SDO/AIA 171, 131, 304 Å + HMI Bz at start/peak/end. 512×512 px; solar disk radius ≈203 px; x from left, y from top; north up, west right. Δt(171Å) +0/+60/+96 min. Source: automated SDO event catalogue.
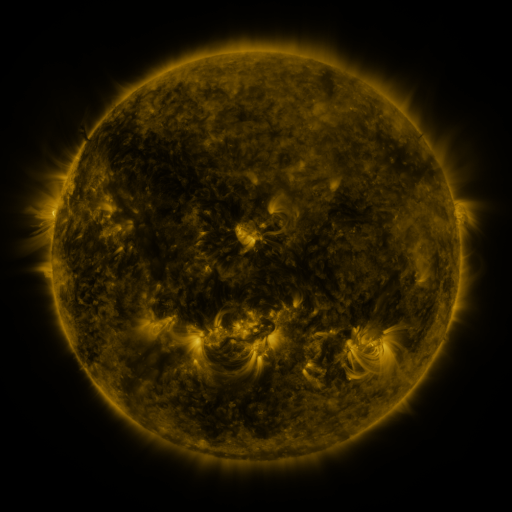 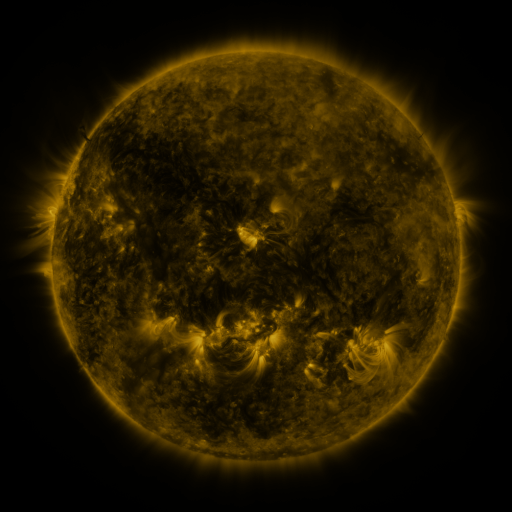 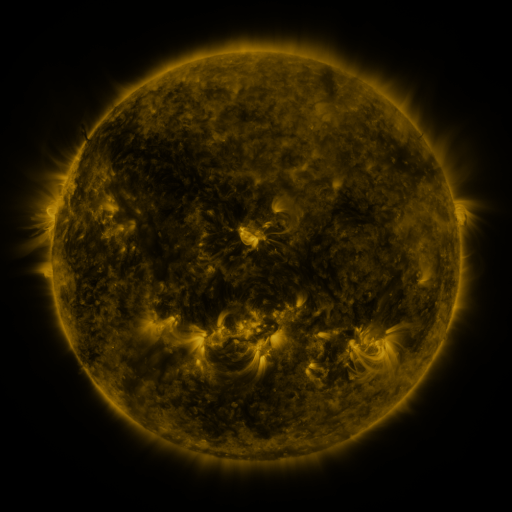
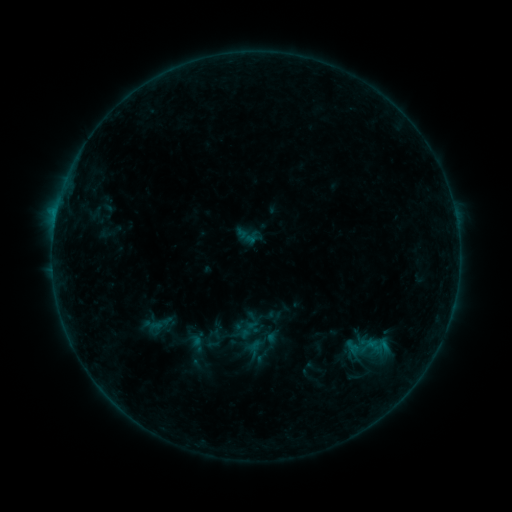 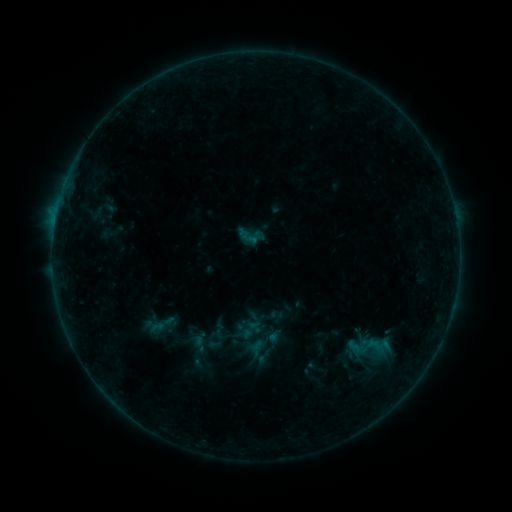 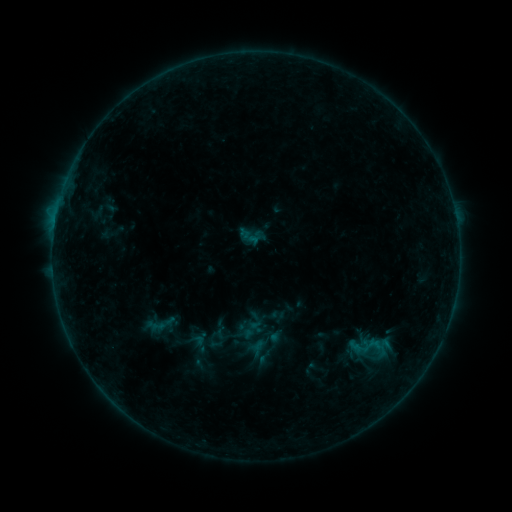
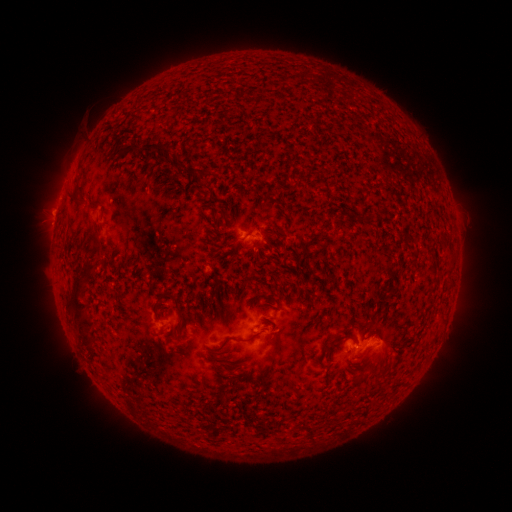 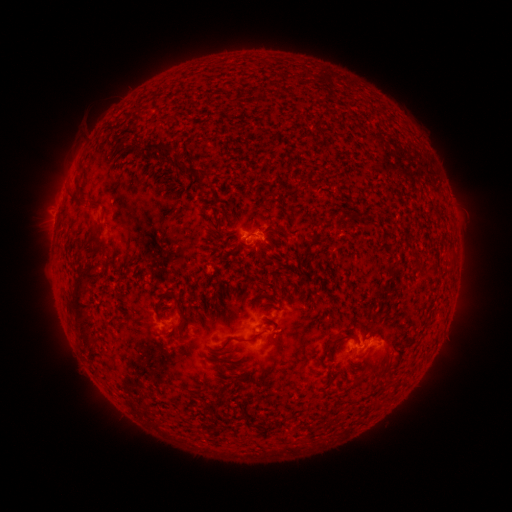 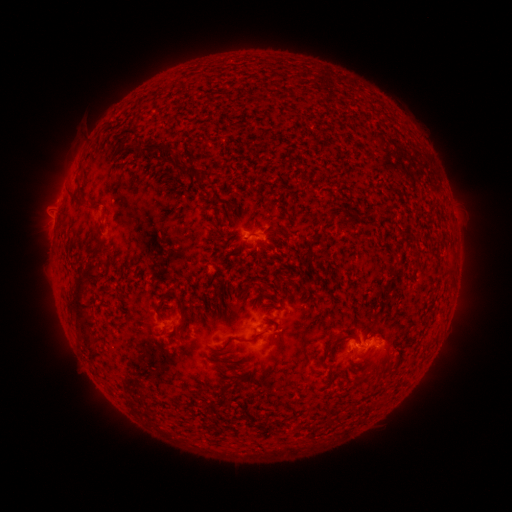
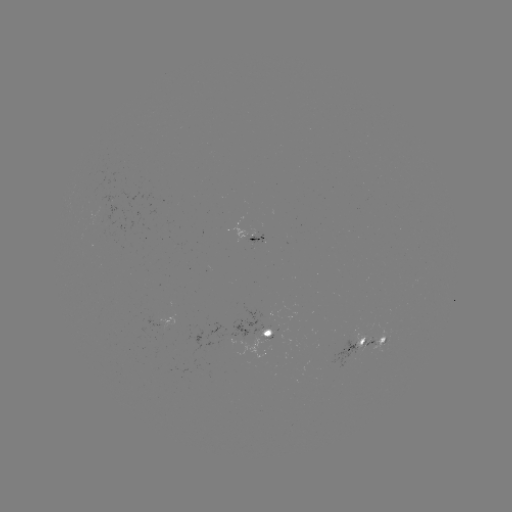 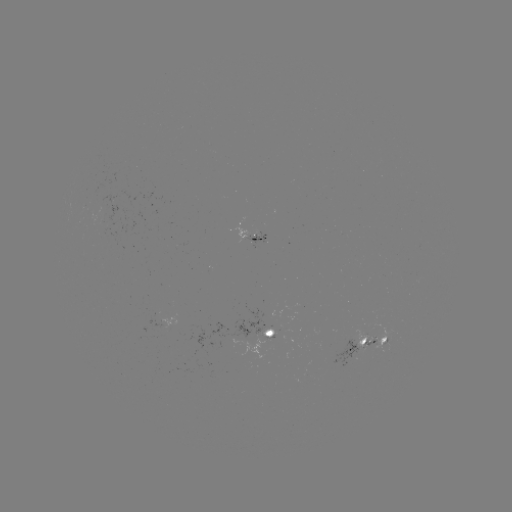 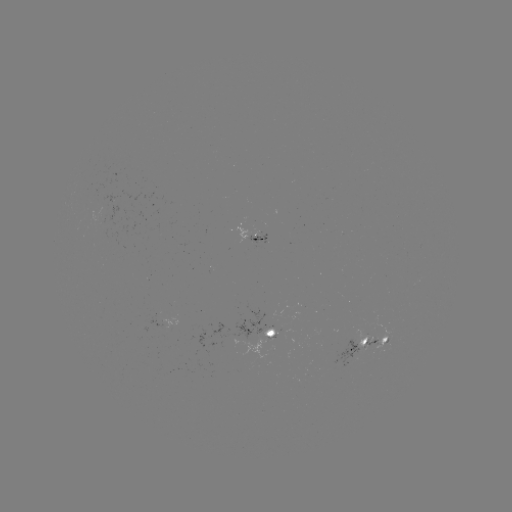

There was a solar emerging-flux region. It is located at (101, 222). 